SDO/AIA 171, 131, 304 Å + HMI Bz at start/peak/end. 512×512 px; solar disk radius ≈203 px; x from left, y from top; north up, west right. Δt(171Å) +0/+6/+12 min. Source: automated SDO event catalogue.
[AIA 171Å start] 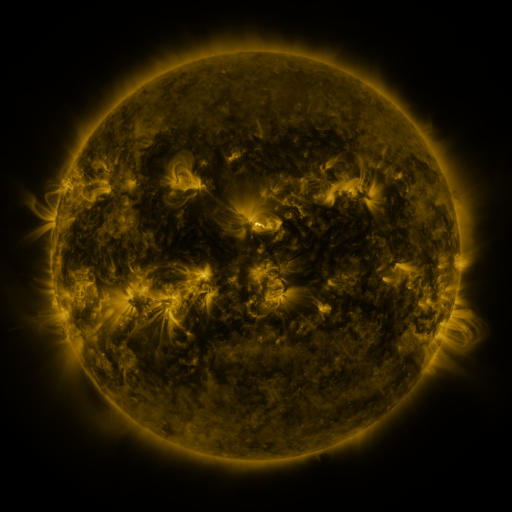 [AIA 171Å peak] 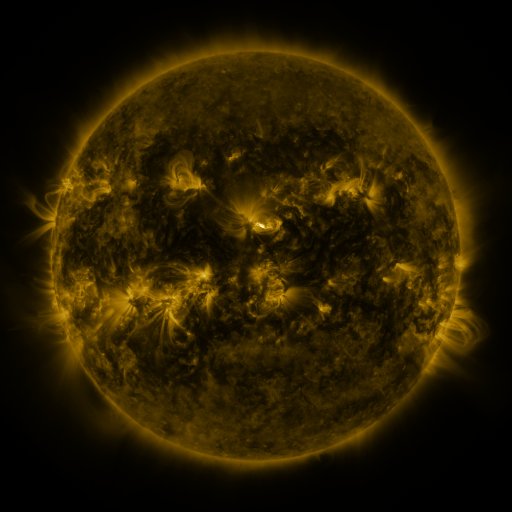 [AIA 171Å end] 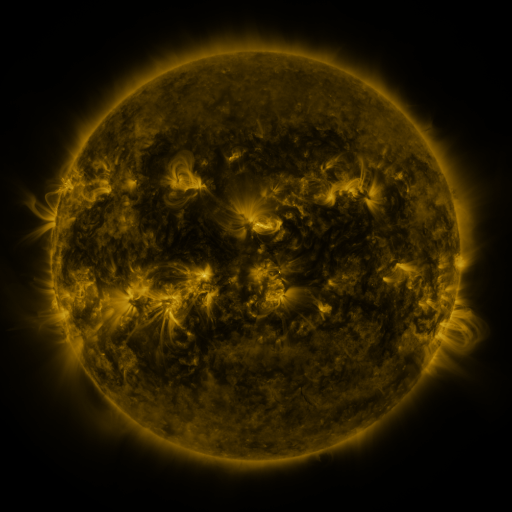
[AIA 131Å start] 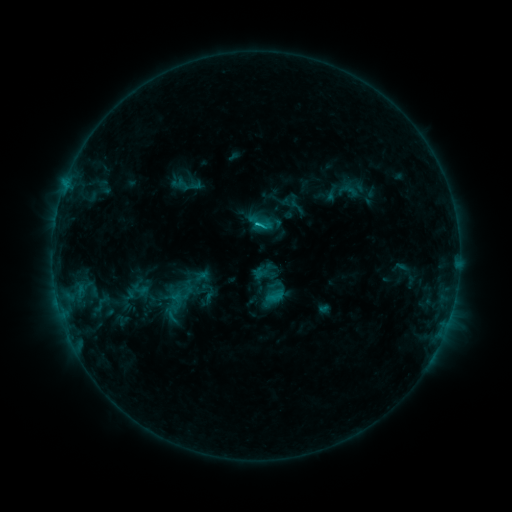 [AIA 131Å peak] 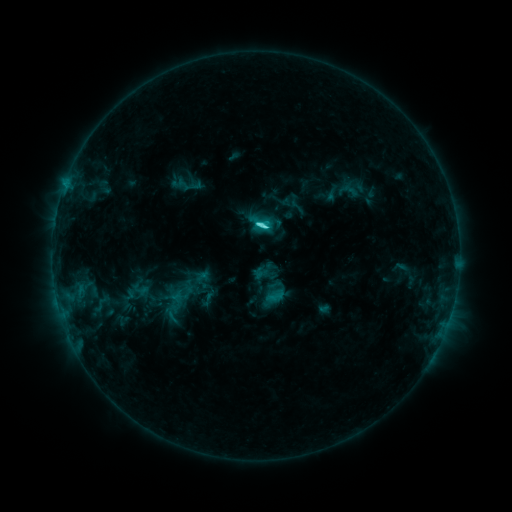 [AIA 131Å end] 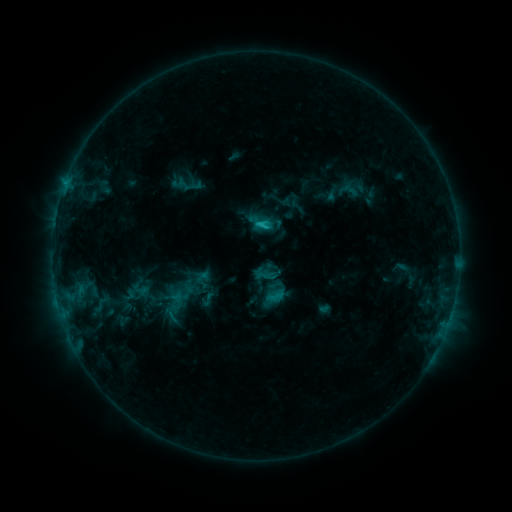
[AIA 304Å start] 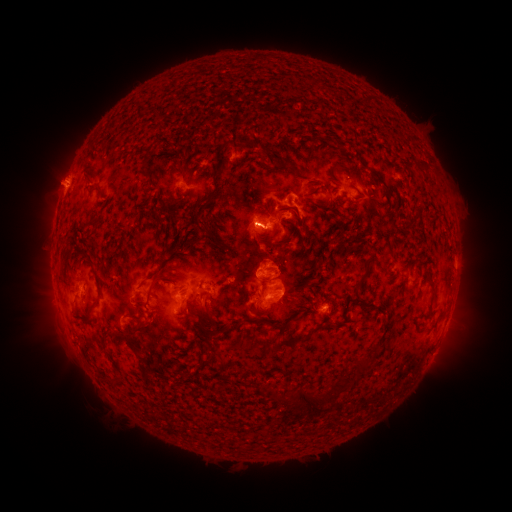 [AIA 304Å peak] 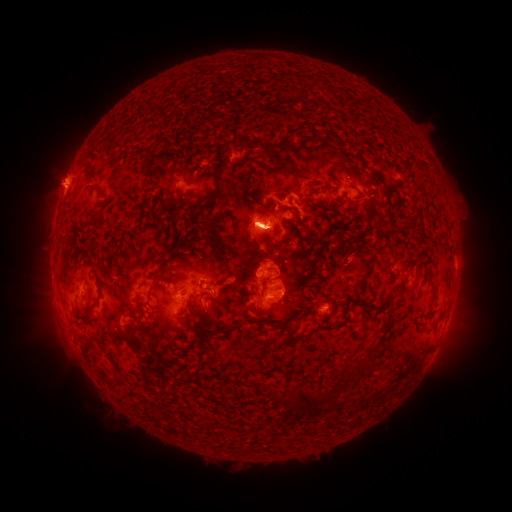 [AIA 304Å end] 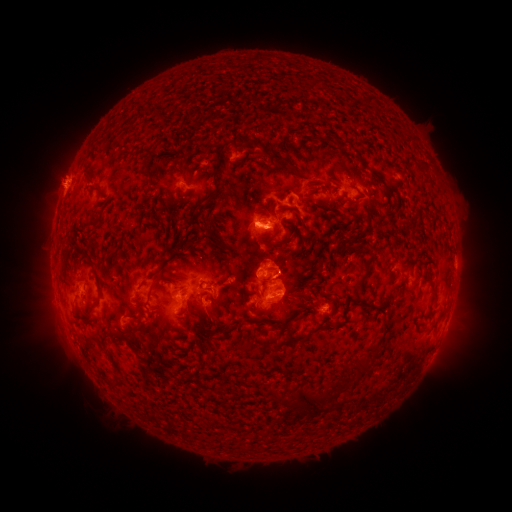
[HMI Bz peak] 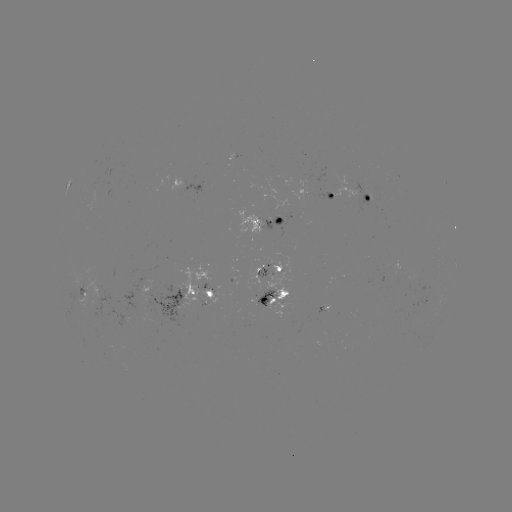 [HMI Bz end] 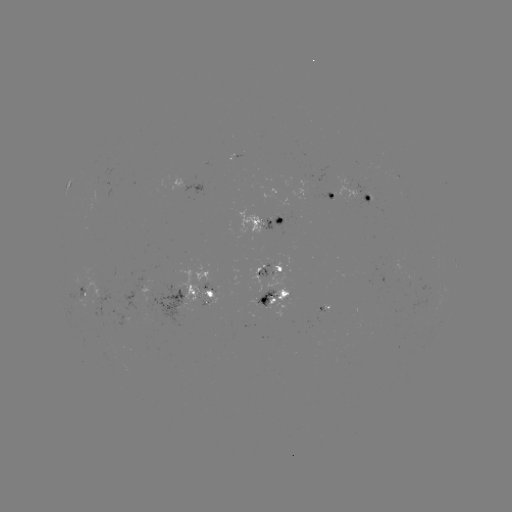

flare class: C4.5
